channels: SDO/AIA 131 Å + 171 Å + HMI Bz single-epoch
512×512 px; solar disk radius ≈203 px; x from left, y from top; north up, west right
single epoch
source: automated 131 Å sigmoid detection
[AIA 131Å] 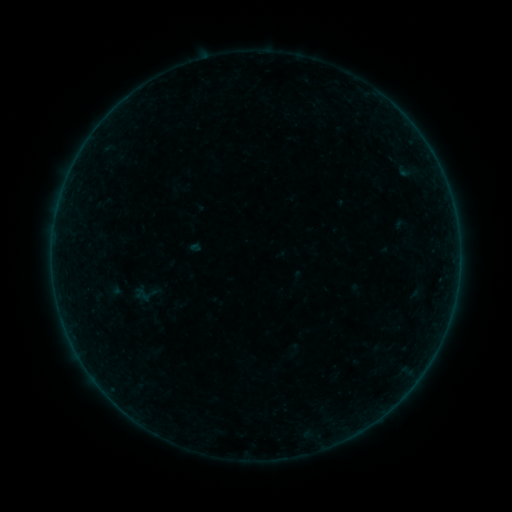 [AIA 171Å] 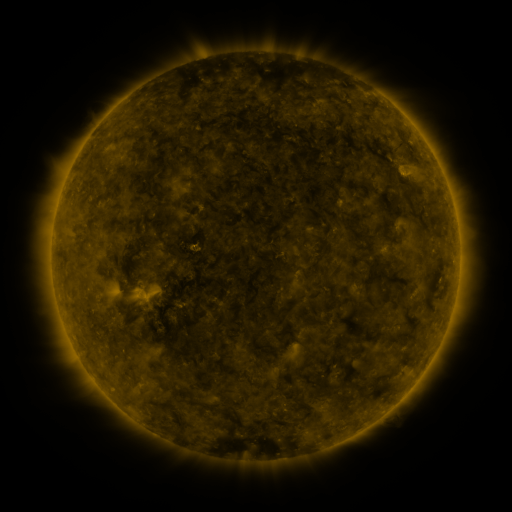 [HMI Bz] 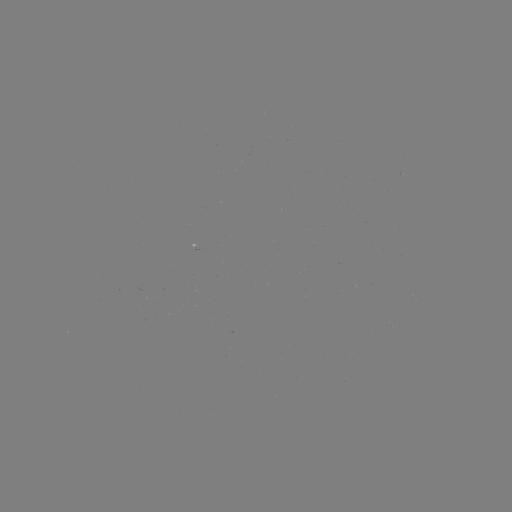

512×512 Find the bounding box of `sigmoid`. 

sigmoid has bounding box [127, 275, 165, 311].